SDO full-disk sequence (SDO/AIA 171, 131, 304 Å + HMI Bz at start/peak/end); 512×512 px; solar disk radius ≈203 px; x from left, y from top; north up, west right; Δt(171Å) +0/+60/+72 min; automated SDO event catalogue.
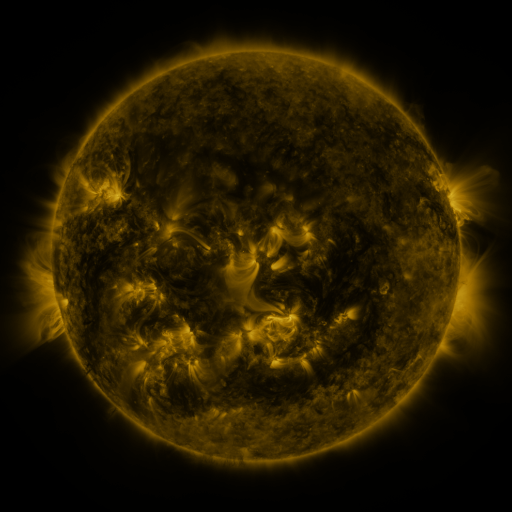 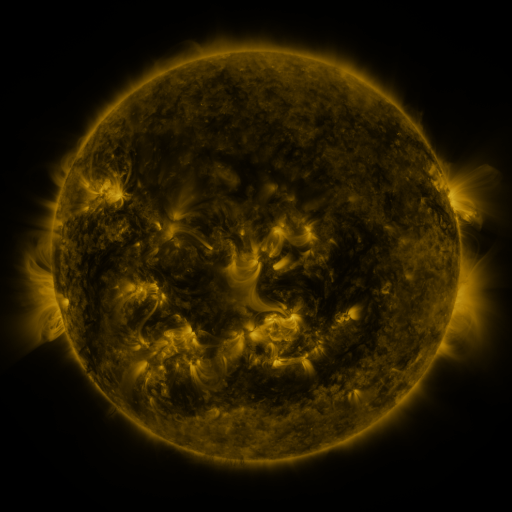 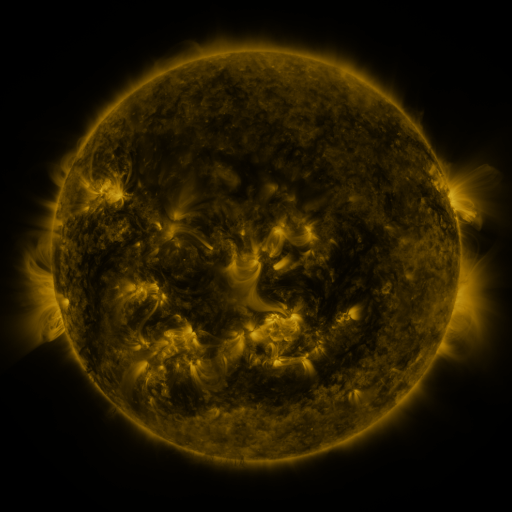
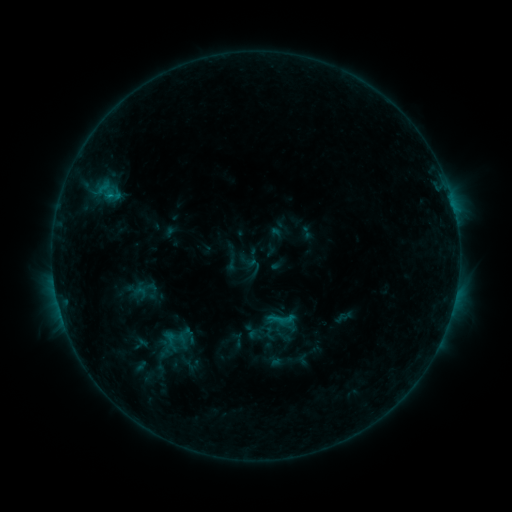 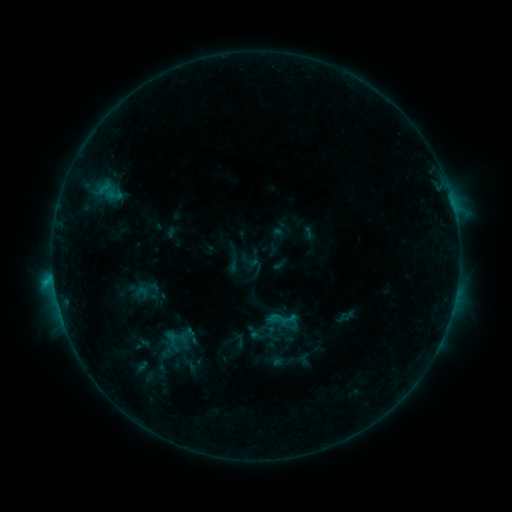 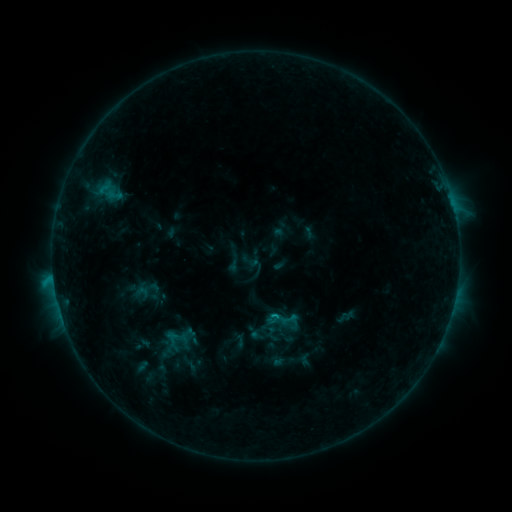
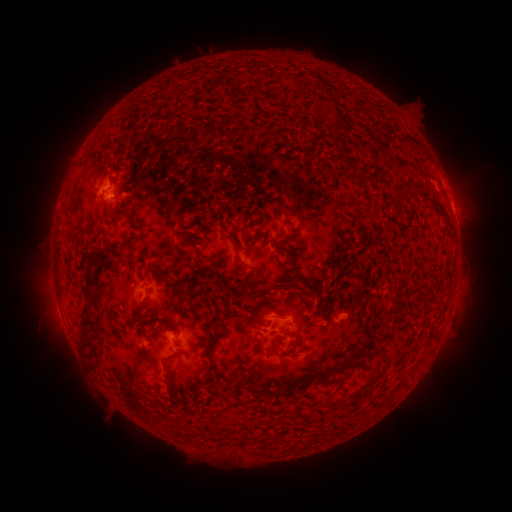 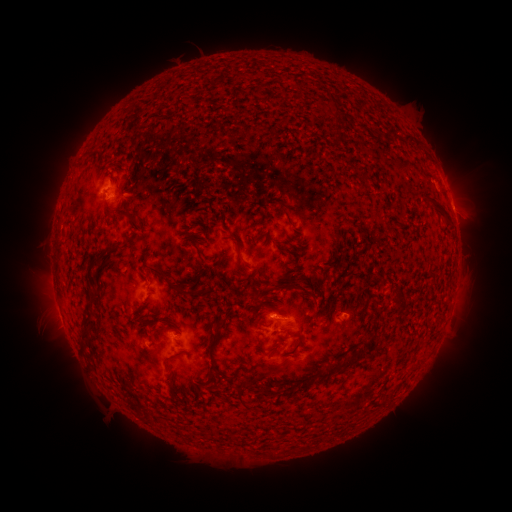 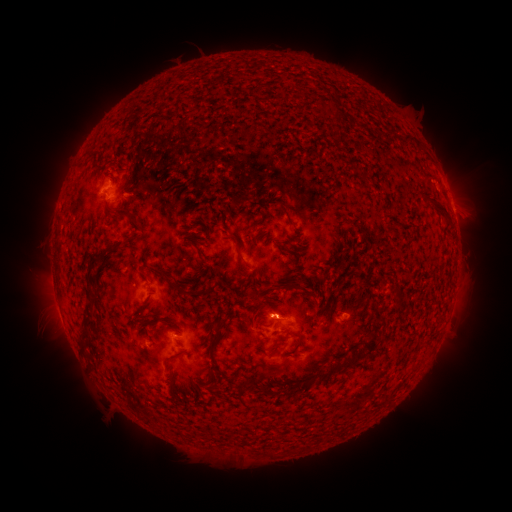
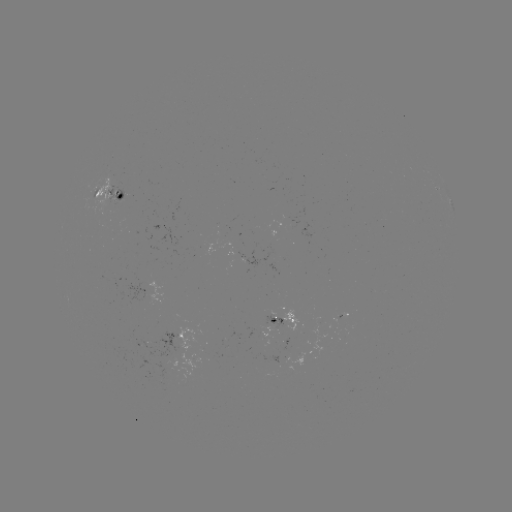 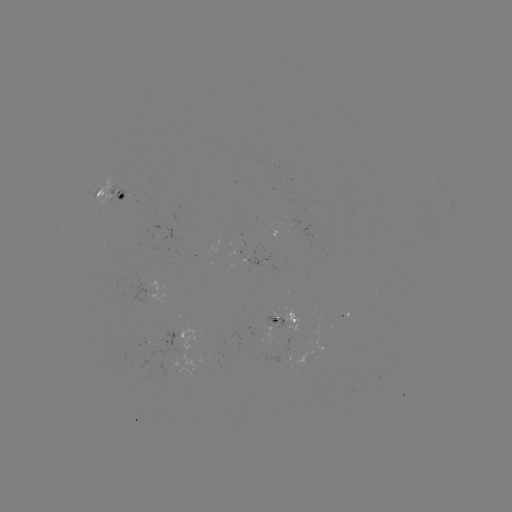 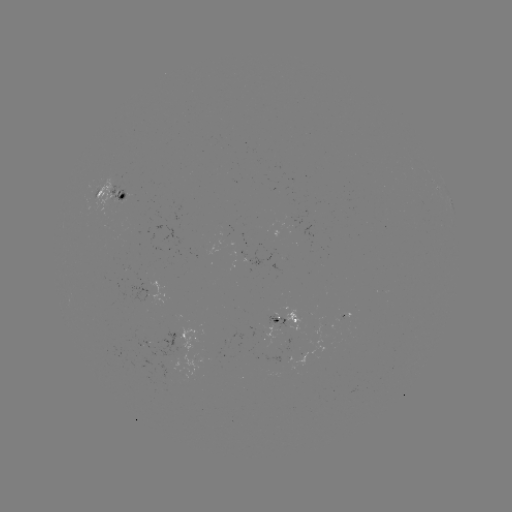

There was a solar emerging-flux region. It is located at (120, 197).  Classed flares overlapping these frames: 1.